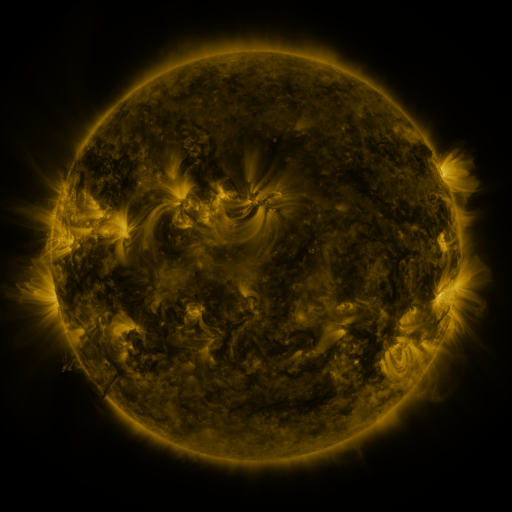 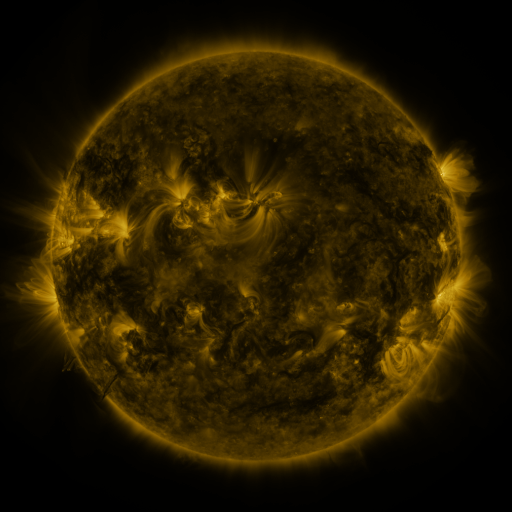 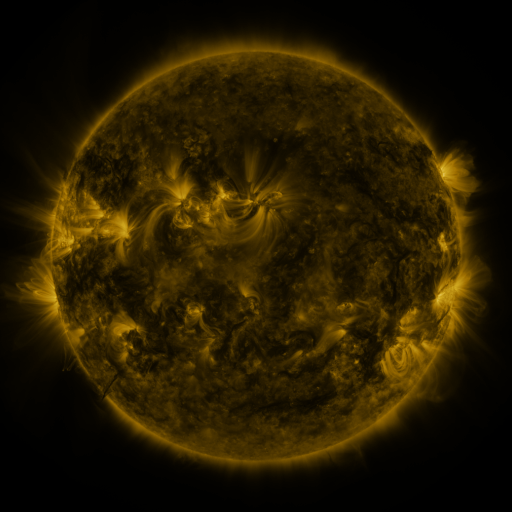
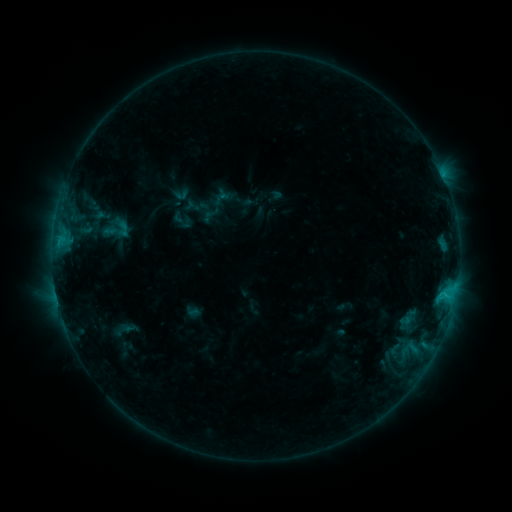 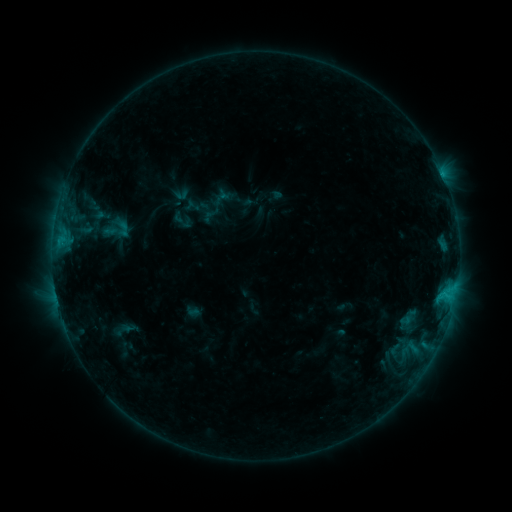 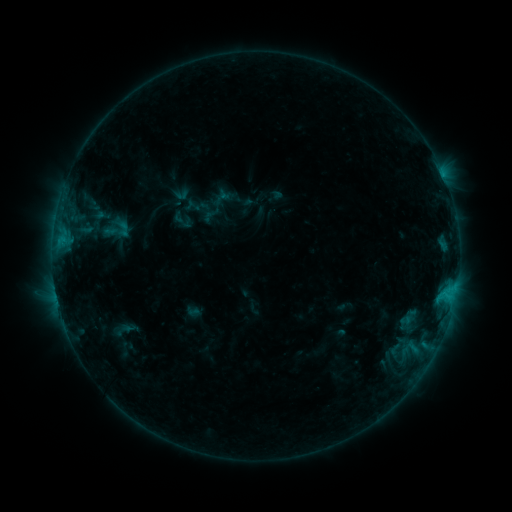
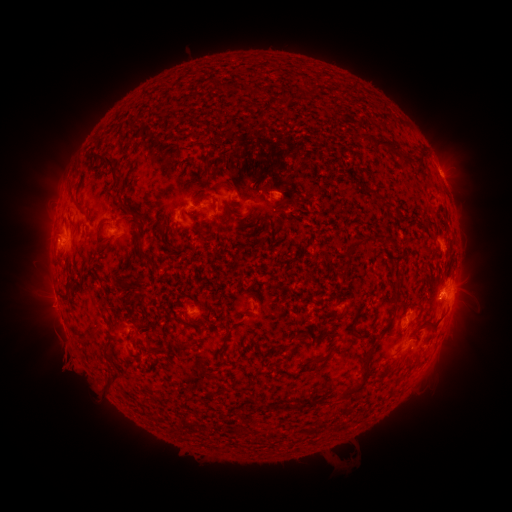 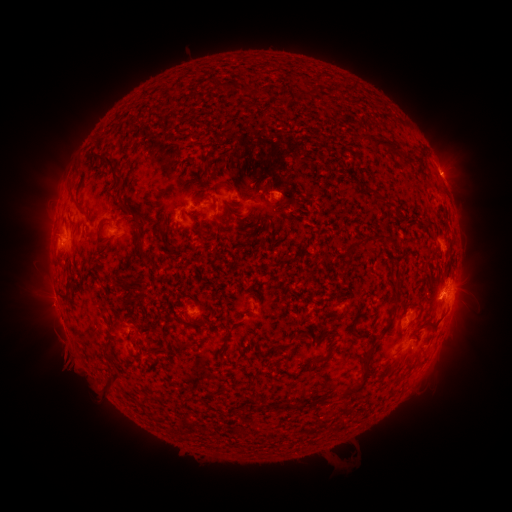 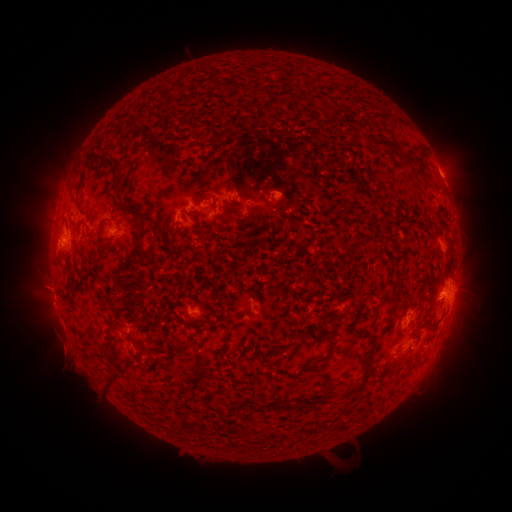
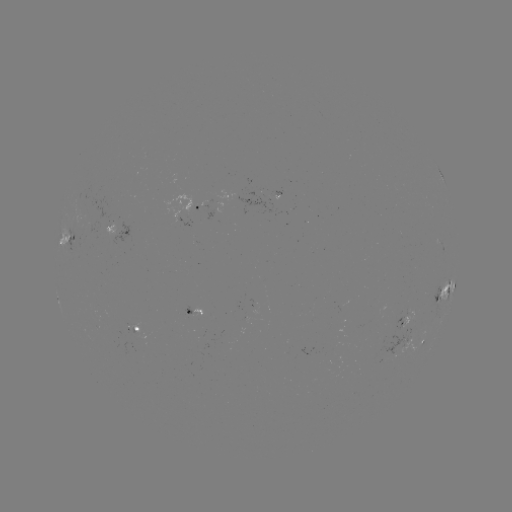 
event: eruption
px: (48, 294)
